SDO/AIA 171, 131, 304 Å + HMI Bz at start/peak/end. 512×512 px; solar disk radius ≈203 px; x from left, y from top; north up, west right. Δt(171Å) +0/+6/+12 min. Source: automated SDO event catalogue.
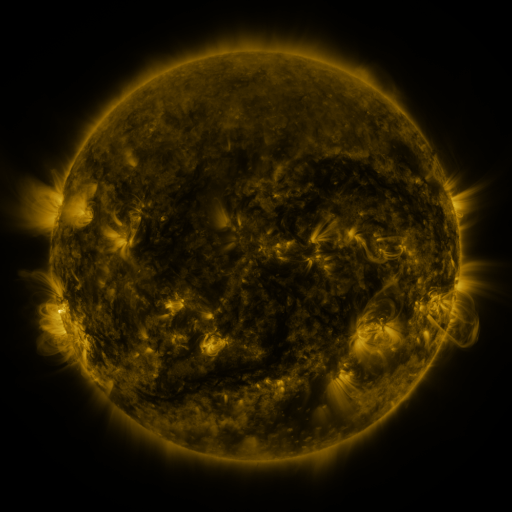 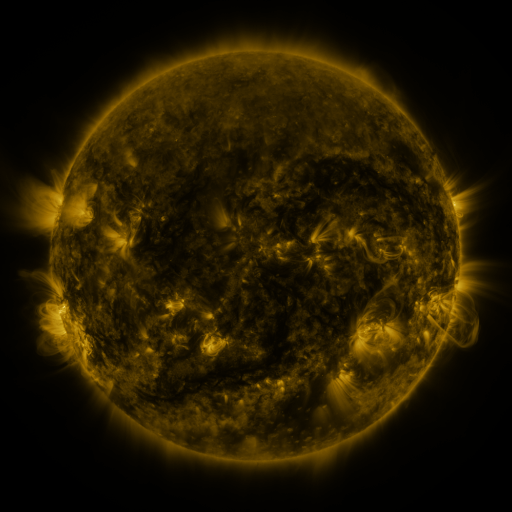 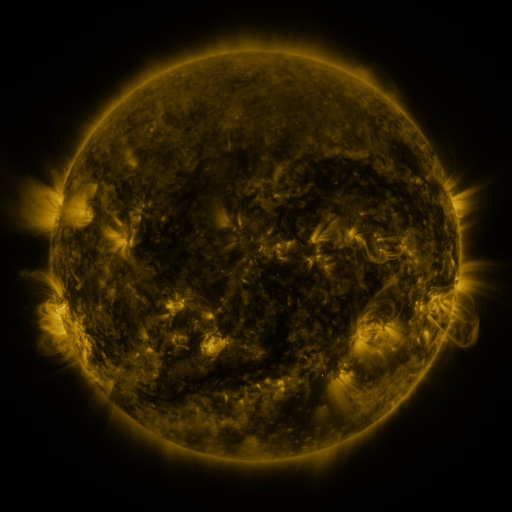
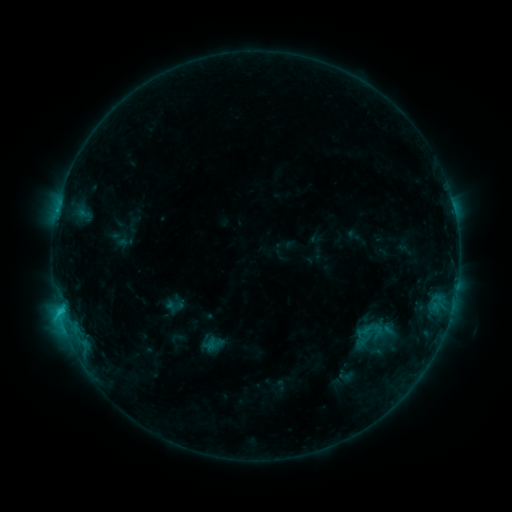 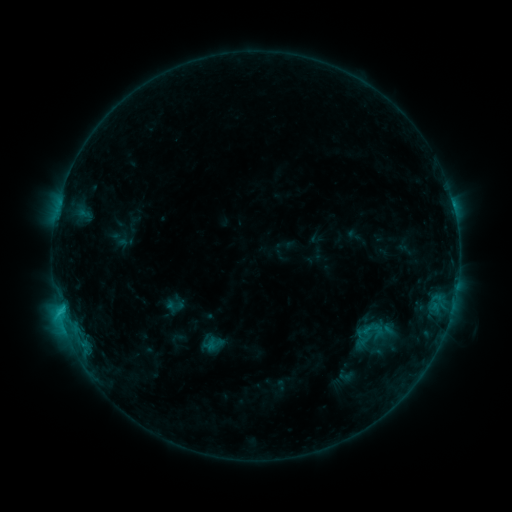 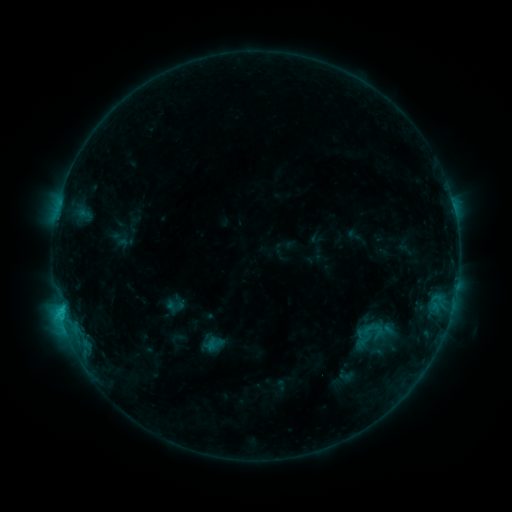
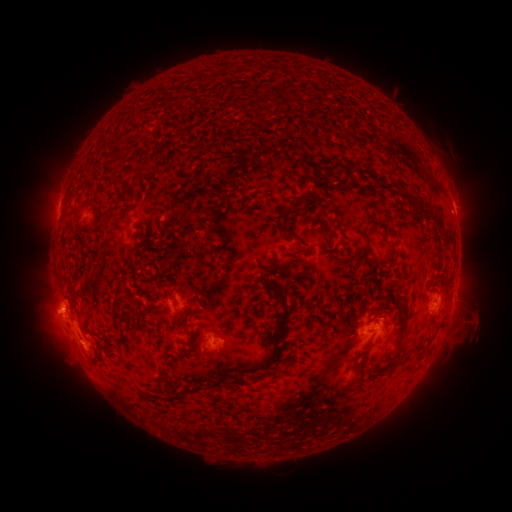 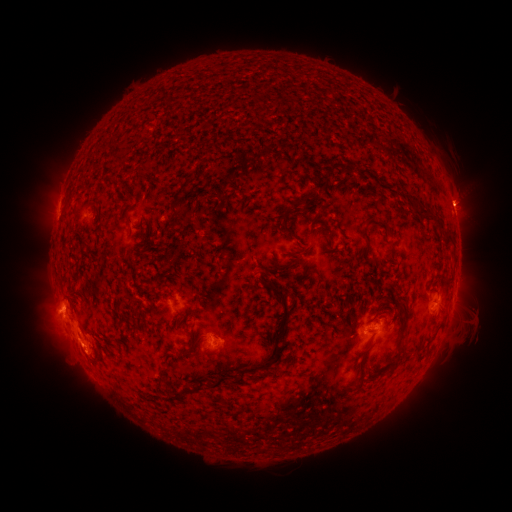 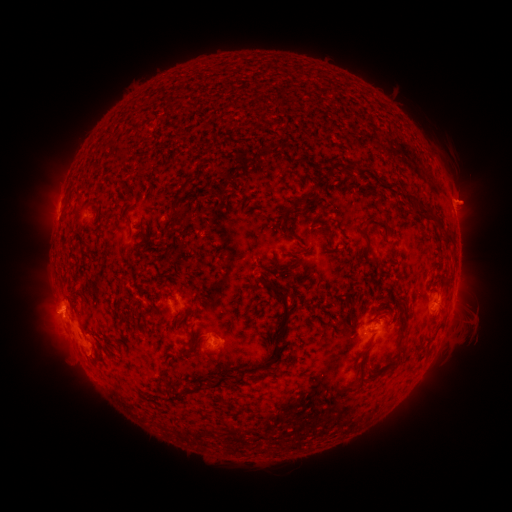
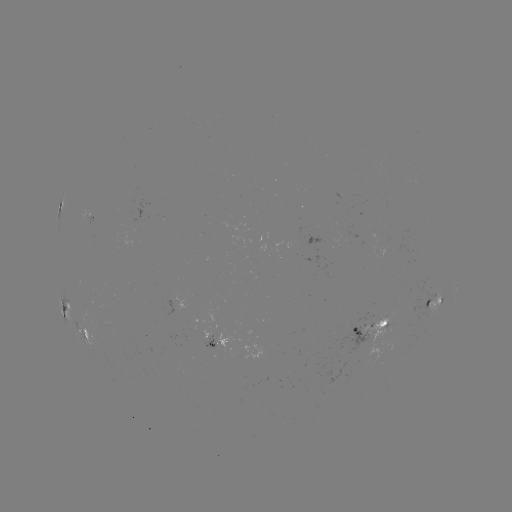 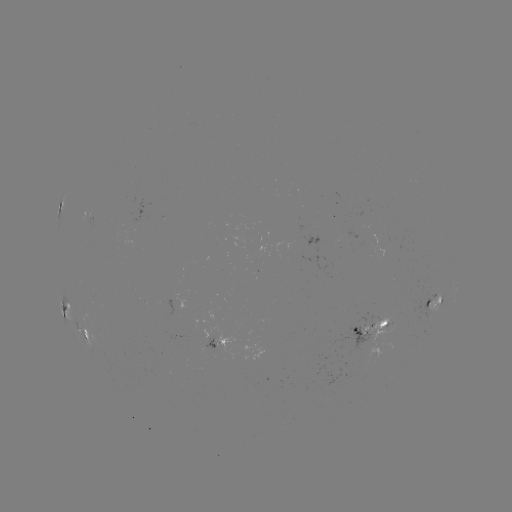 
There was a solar eruption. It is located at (463, 198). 